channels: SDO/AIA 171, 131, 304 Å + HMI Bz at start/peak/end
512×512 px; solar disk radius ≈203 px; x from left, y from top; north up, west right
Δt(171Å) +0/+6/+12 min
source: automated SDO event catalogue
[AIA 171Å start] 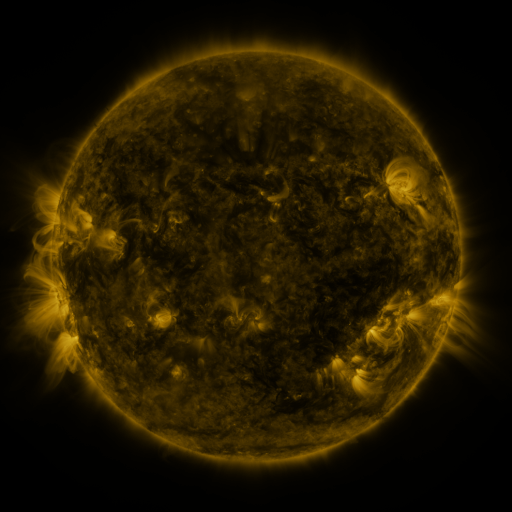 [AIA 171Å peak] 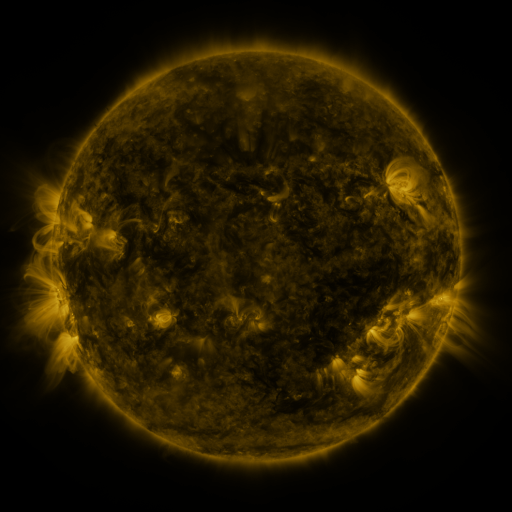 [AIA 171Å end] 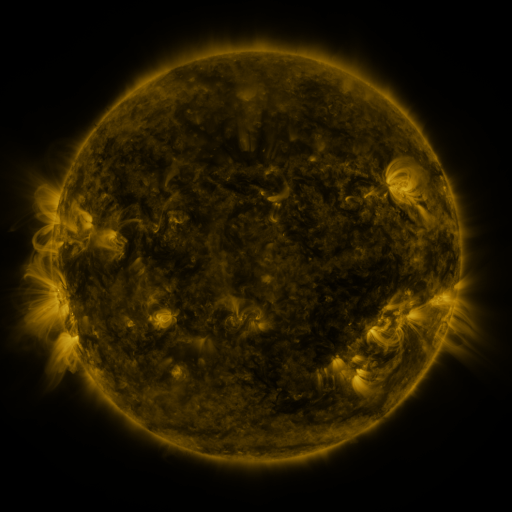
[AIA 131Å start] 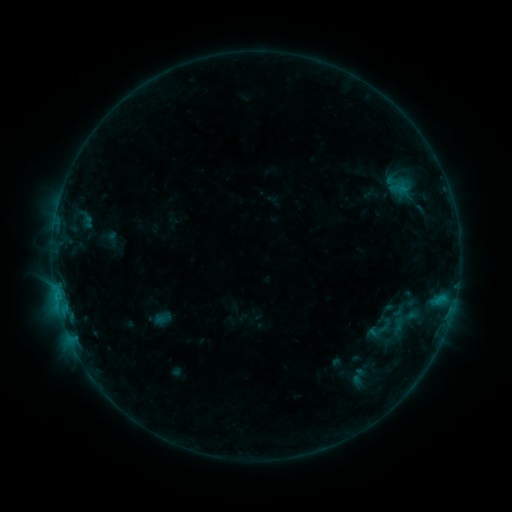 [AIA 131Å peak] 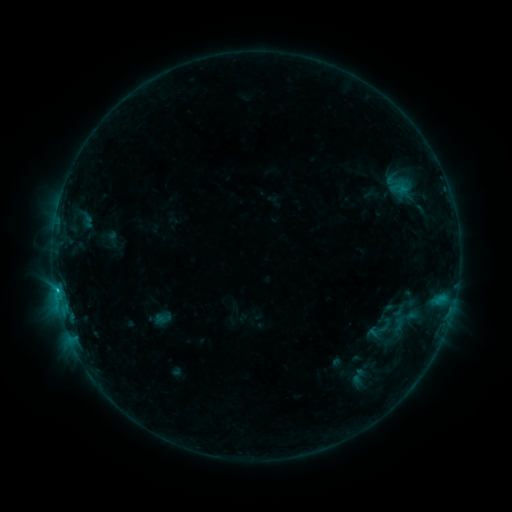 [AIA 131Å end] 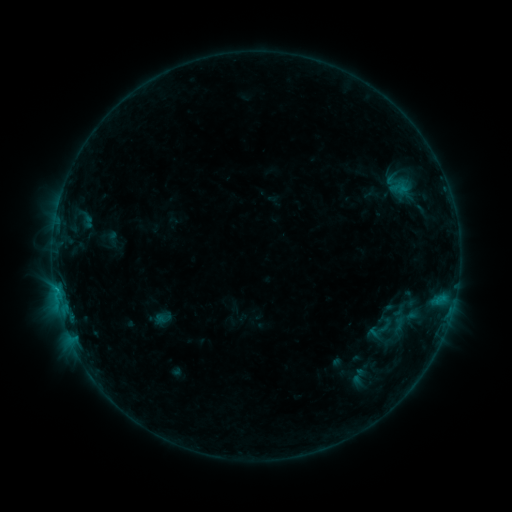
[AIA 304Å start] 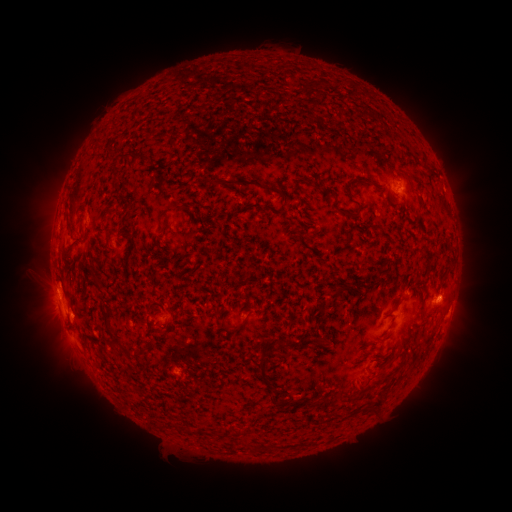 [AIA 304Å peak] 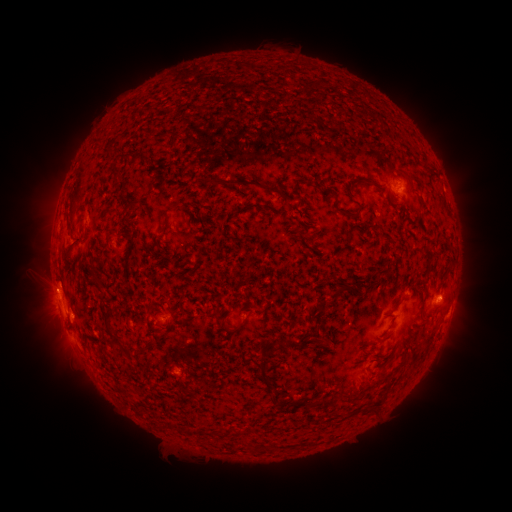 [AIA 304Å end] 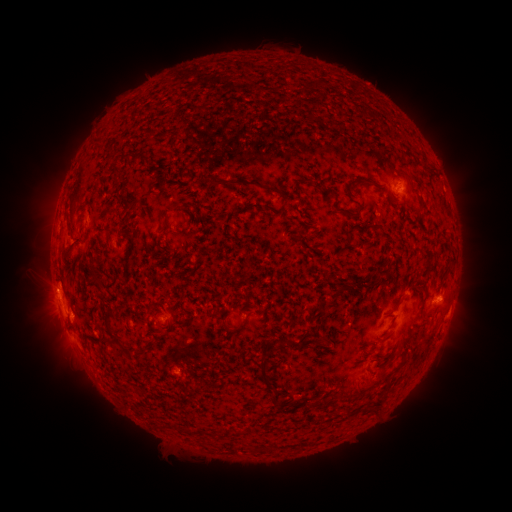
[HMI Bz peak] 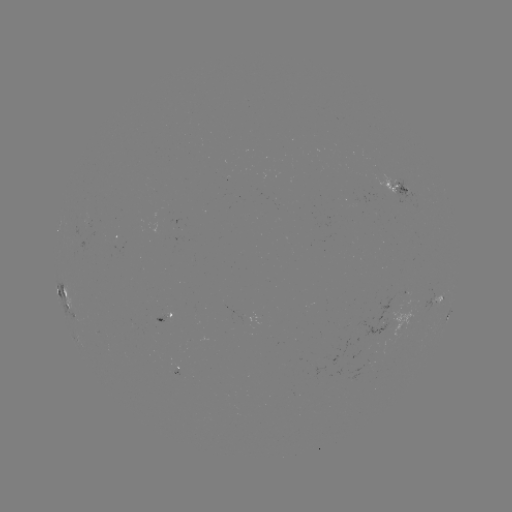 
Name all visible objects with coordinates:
B7.6 flare: (58, 289)
